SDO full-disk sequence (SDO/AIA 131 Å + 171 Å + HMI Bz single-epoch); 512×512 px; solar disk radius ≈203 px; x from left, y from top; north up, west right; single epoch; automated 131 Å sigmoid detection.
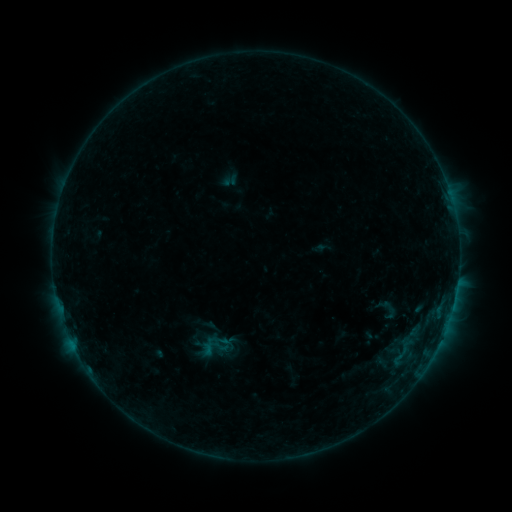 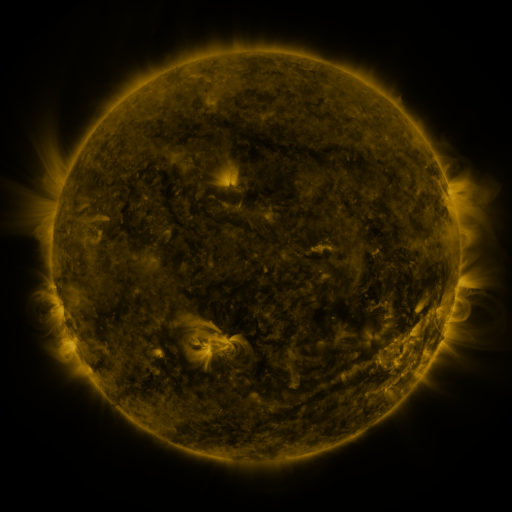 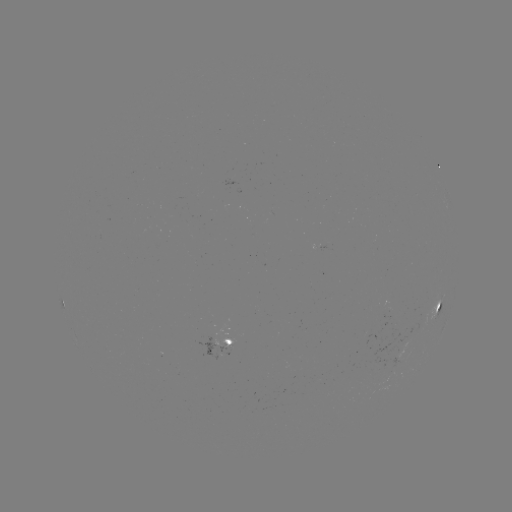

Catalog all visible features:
sigmoid: (390, 309)
sigmoid: (215, 349)
